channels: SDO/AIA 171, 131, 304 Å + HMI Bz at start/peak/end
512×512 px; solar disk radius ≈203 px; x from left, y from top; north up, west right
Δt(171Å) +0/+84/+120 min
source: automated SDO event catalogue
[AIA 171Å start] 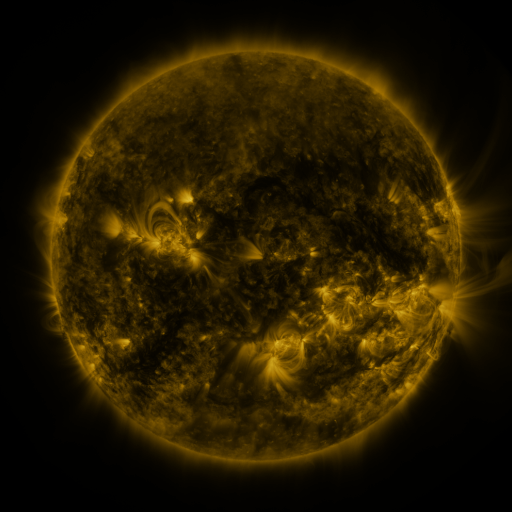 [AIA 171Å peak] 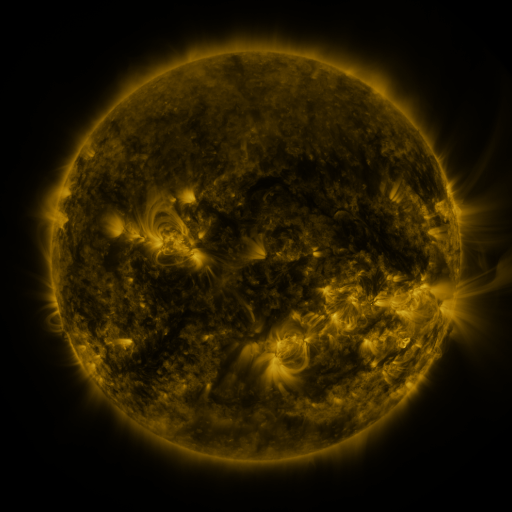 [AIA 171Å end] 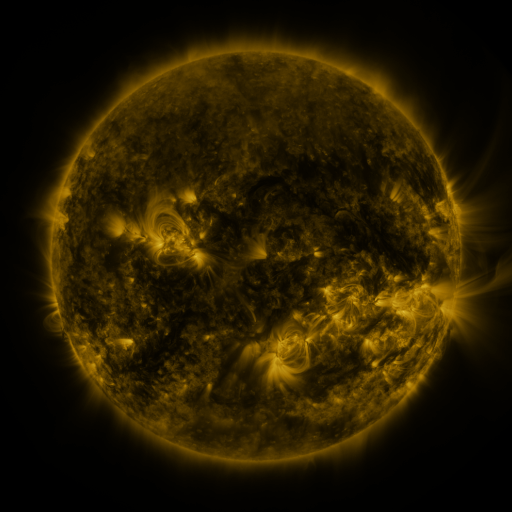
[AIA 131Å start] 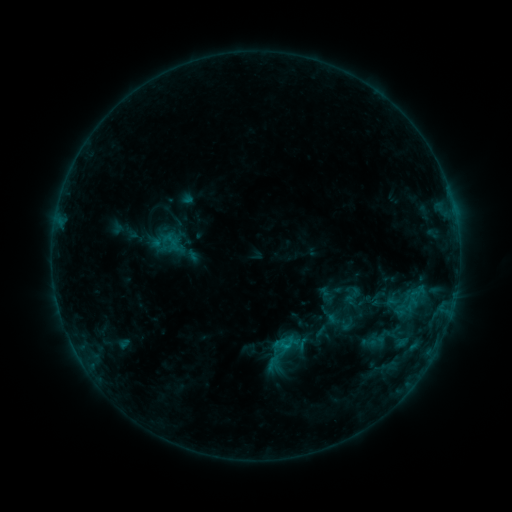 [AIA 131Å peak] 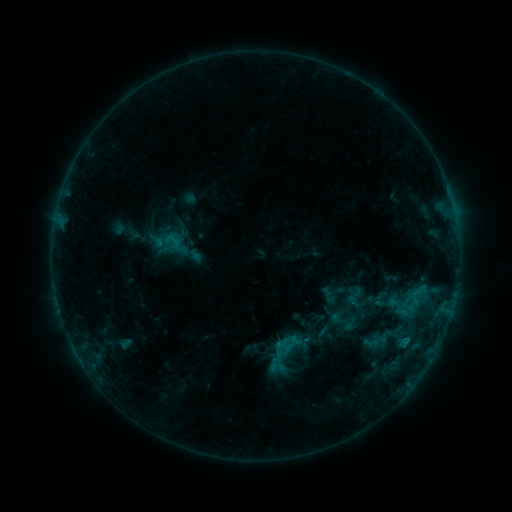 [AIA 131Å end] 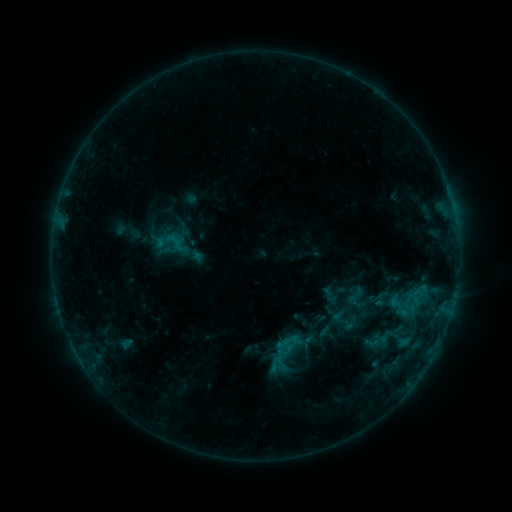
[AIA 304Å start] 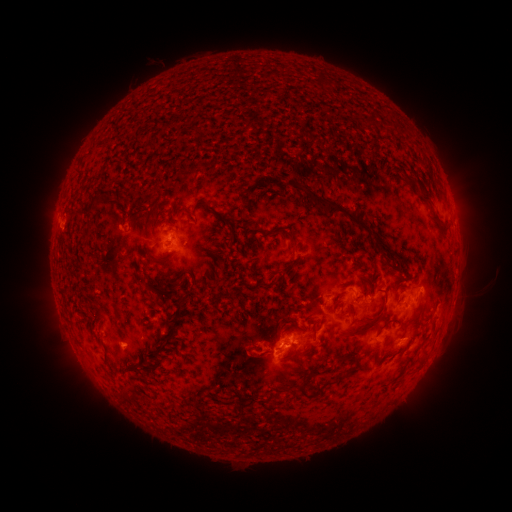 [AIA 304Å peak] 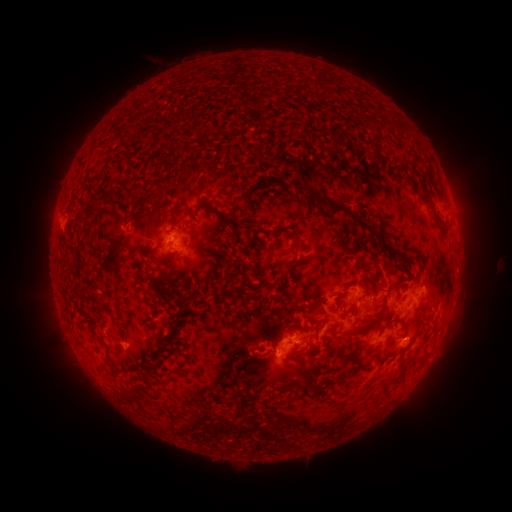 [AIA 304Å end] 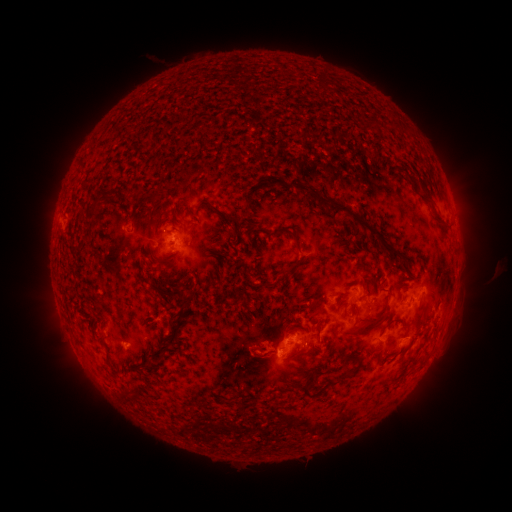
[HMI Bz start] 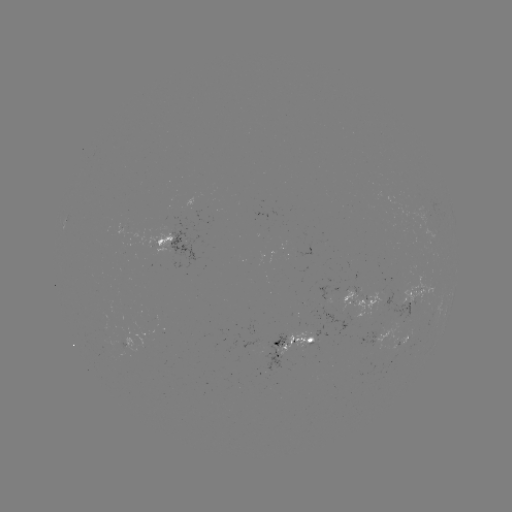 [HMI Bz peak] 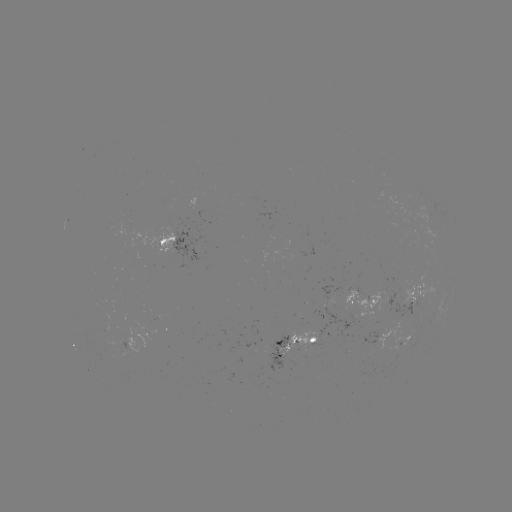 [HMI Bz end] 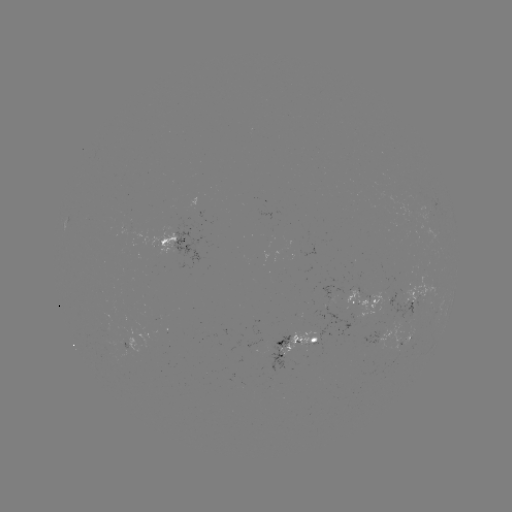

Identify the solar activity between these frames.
emerging-flux region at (312, 344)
